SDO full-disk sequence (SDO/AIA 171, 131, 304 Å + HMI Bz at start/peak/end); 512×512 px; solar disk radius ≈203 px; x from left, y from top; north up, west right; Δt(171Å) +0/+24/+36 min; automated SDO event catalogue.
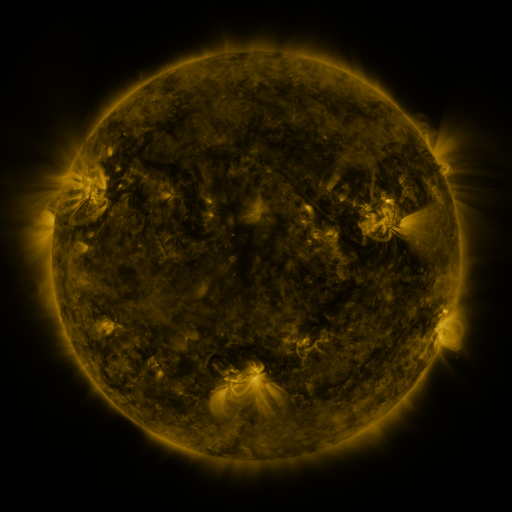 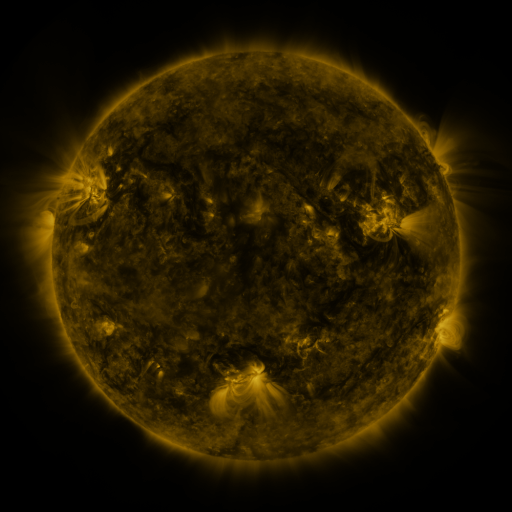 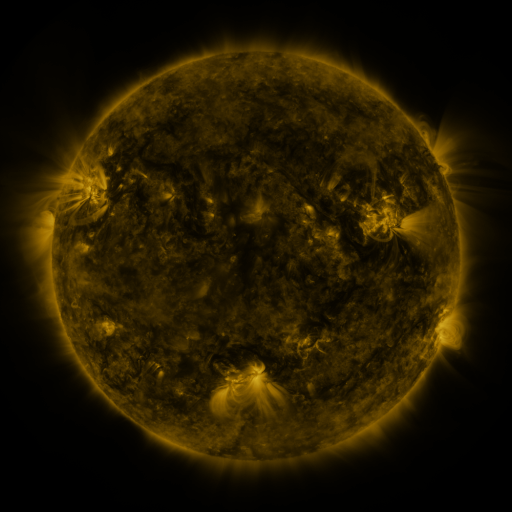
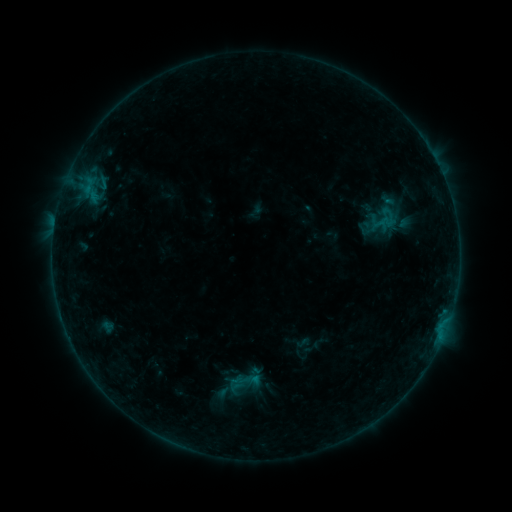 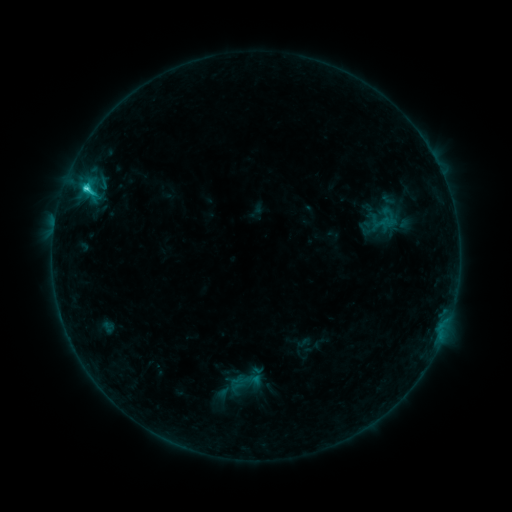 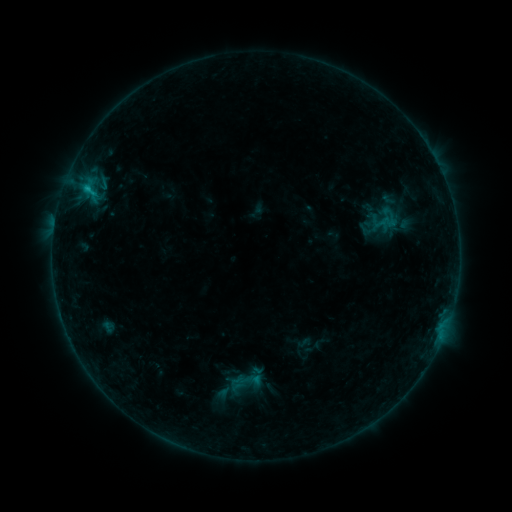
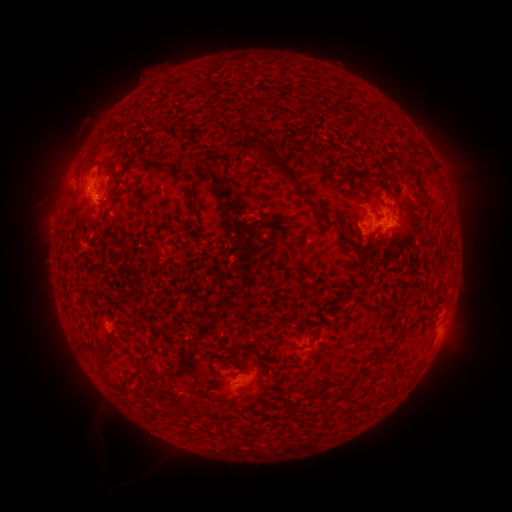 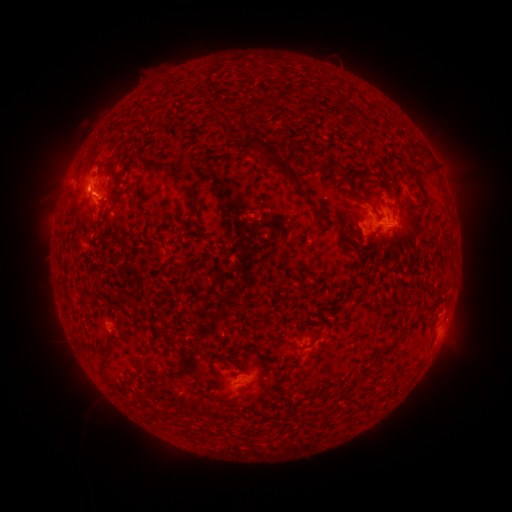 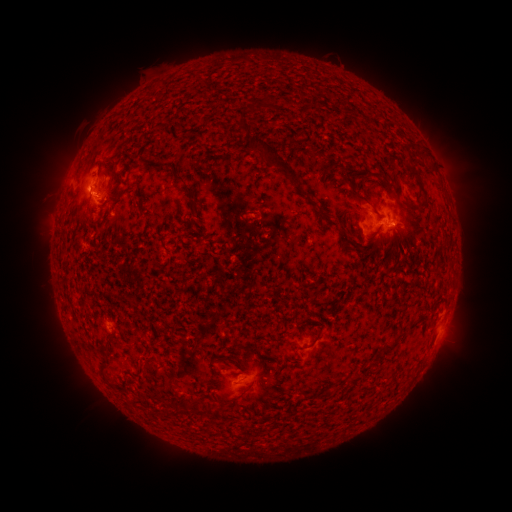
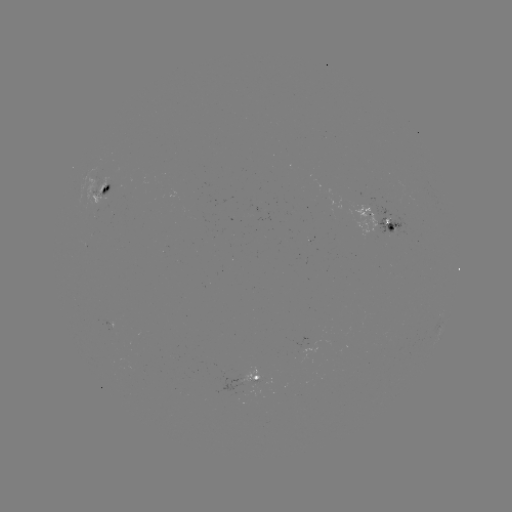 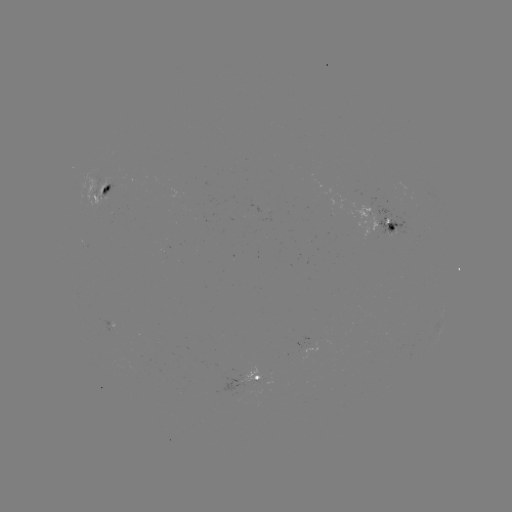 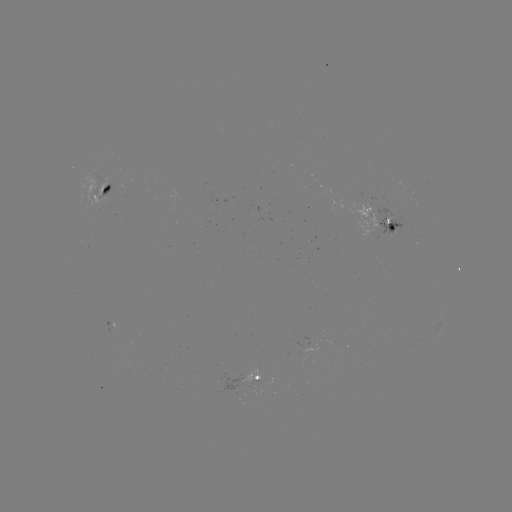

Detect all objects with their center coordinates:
C2.5 flare: (87, 191)
